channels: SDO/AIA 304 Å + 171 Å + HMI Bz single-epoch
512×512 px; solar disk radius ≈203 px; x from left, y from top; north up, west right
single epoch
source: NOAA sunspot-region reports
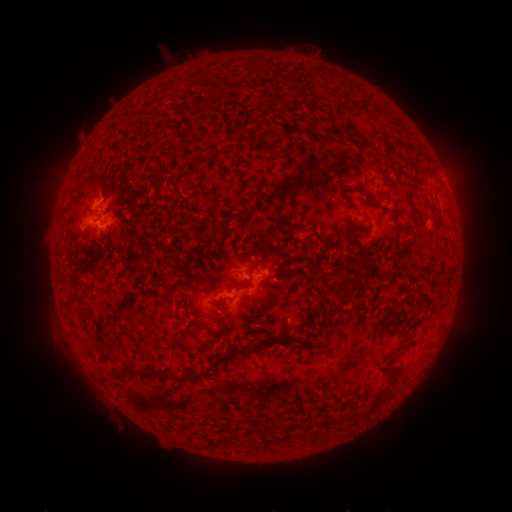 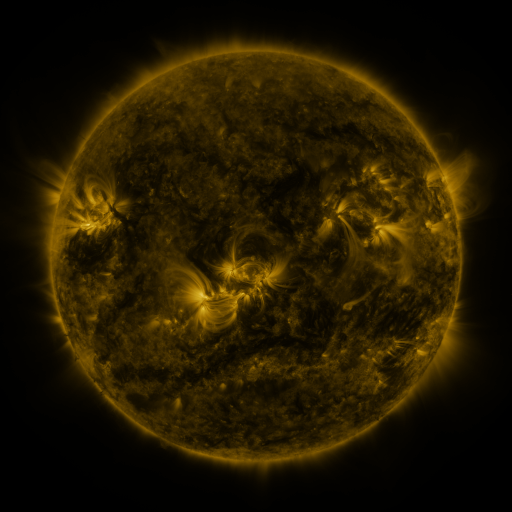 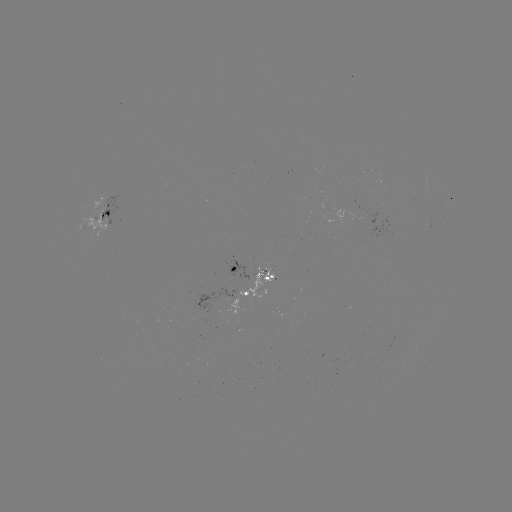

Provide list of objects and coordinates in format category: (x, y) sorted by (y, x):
spotted active region: (116, 219)
spotted active region: (256, 274)
spotted active region: (256, 296)
